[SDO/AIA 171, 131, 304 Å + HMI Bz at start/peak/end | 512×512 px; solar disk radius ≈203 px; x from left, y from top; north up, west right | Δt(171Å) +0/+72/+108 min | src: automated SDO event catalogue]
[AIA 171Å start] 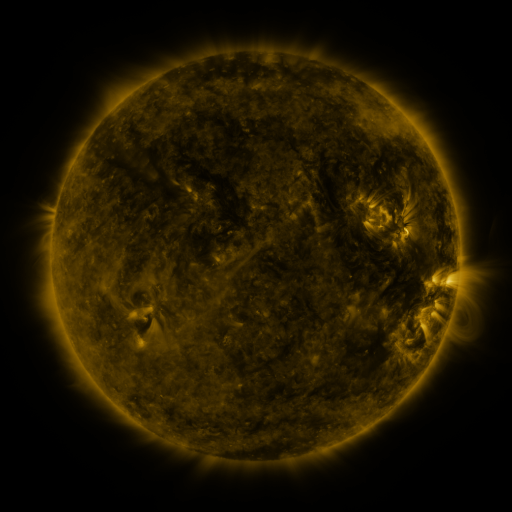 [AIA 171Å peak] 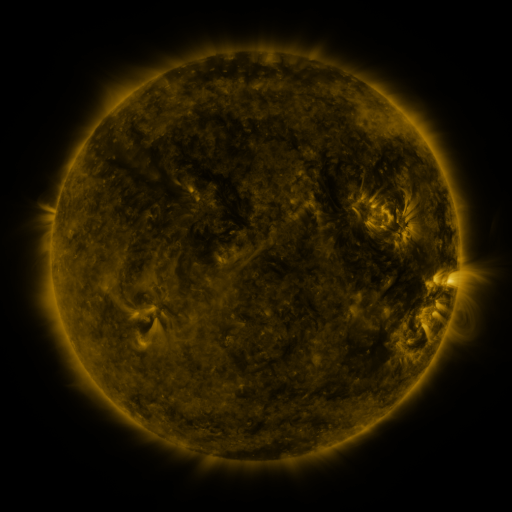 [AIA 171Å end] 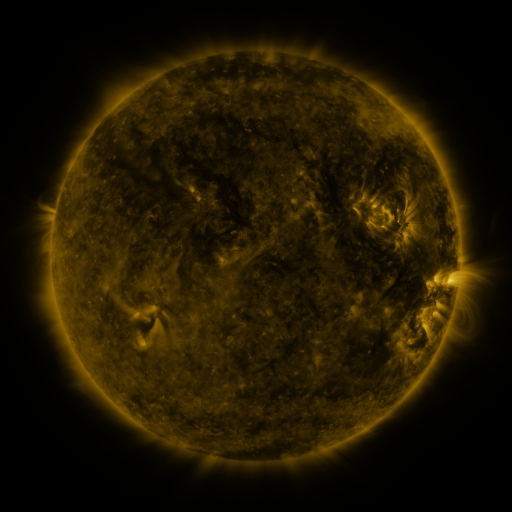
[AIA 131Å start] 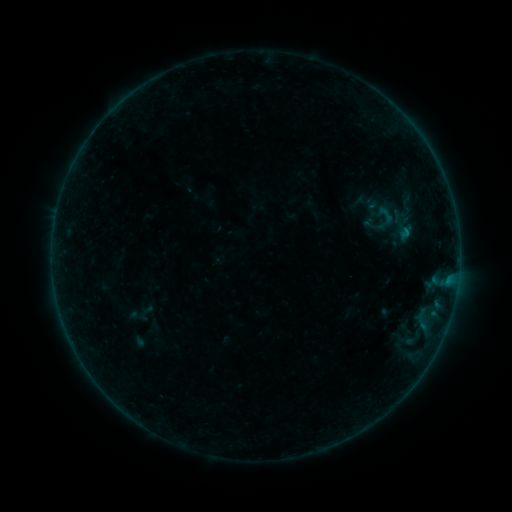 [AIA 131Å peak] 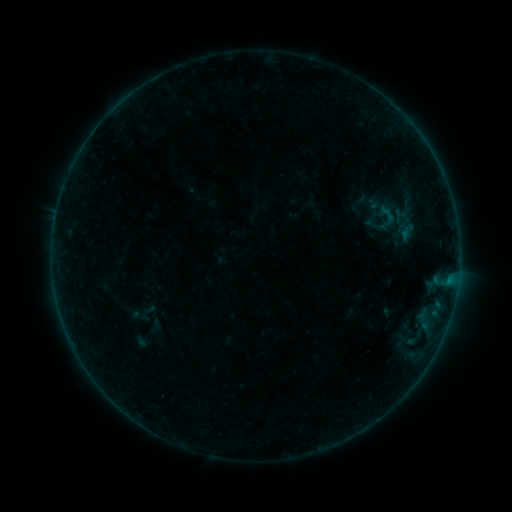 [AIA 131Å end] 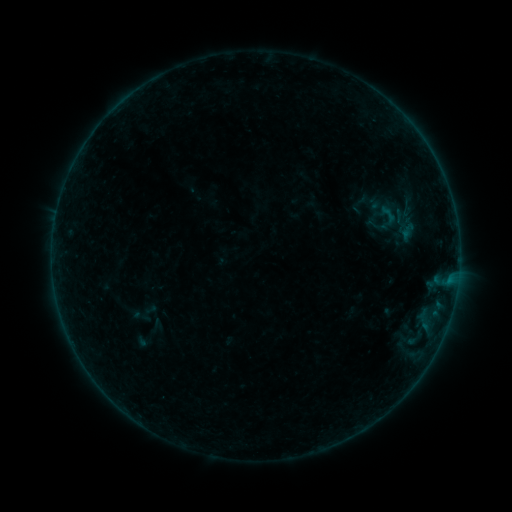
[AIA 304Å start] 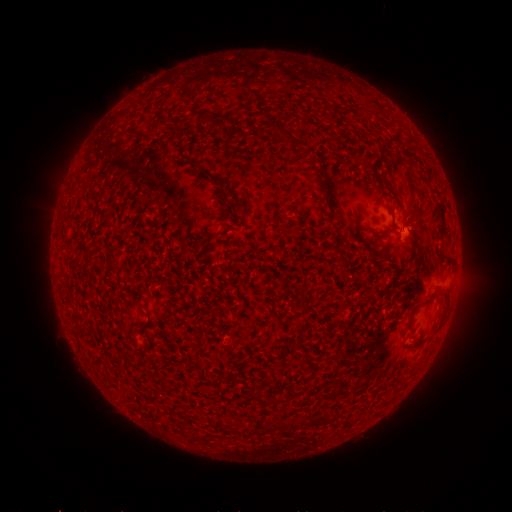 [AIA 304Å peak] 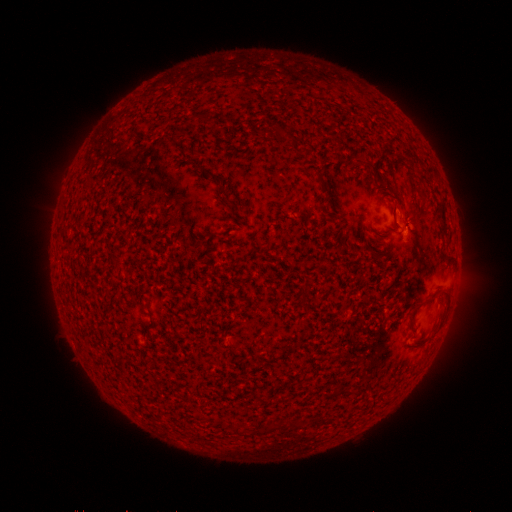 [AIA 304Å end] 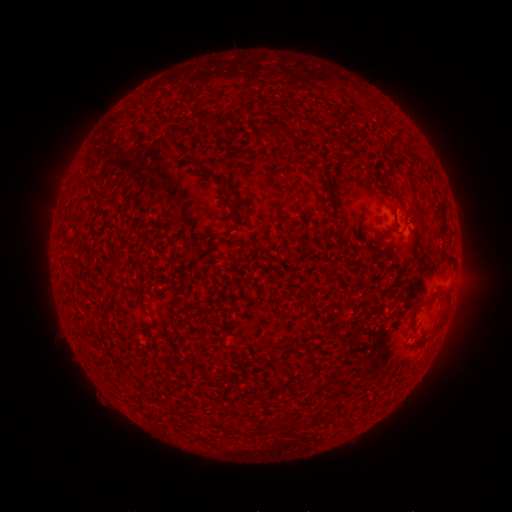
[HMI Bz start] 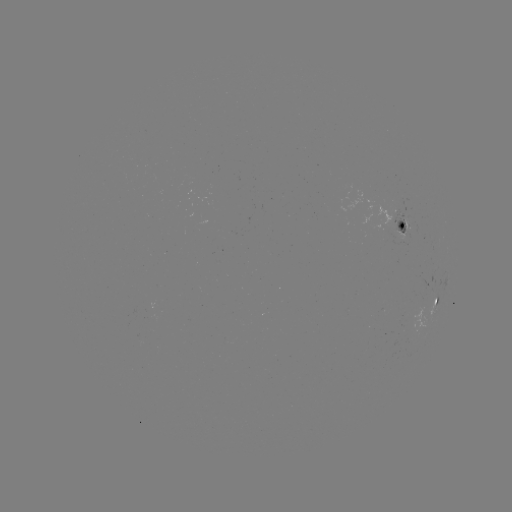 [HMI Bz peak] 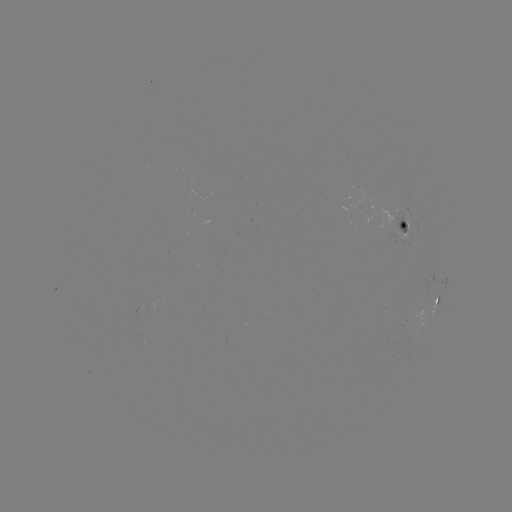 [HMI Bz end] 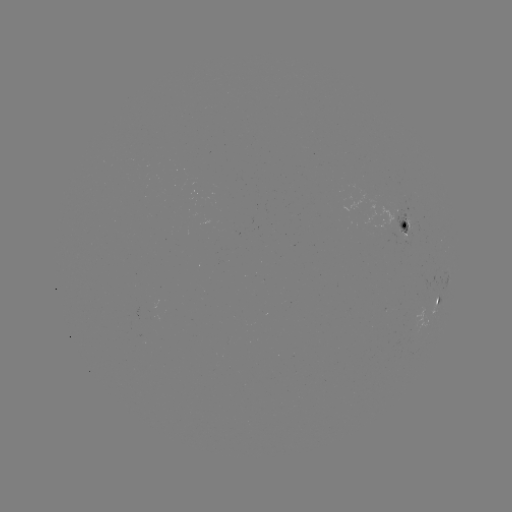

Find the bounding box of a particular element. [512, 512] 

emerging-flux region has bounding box [392, 211, 415, 238].